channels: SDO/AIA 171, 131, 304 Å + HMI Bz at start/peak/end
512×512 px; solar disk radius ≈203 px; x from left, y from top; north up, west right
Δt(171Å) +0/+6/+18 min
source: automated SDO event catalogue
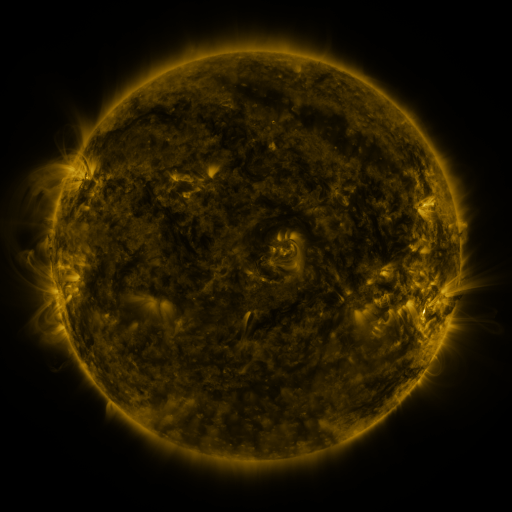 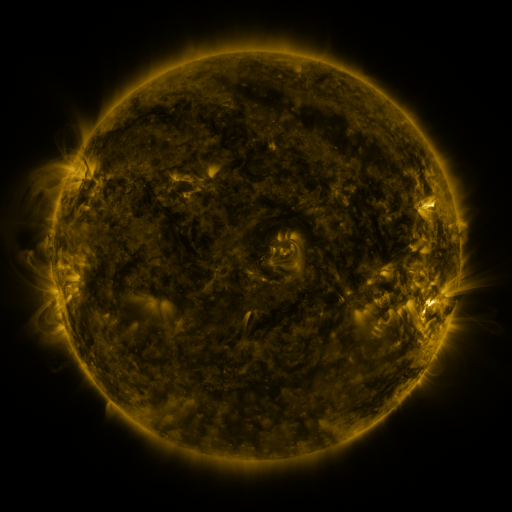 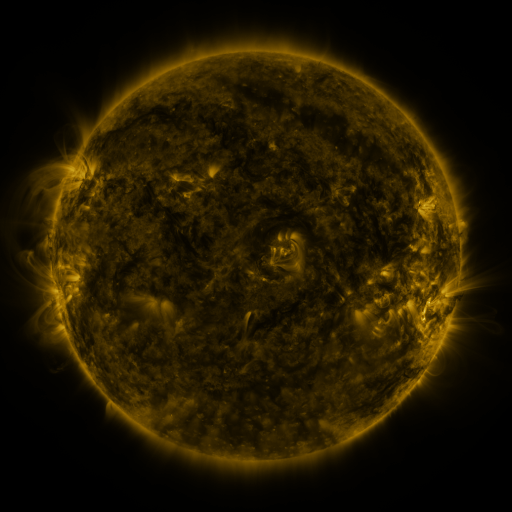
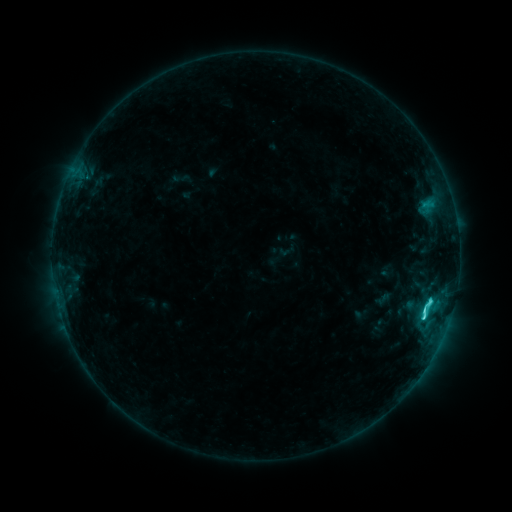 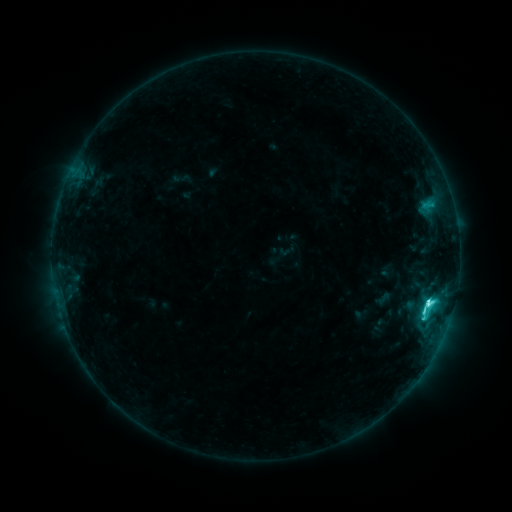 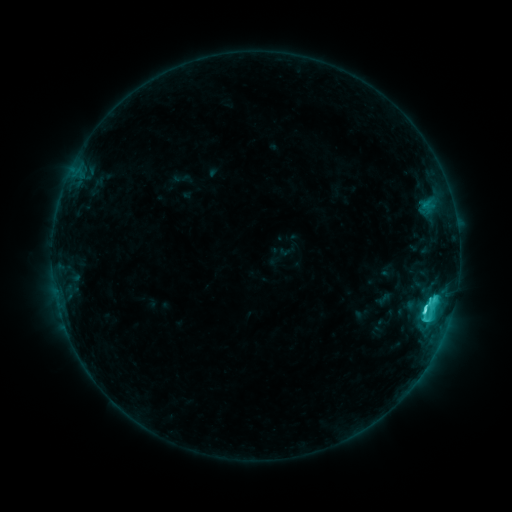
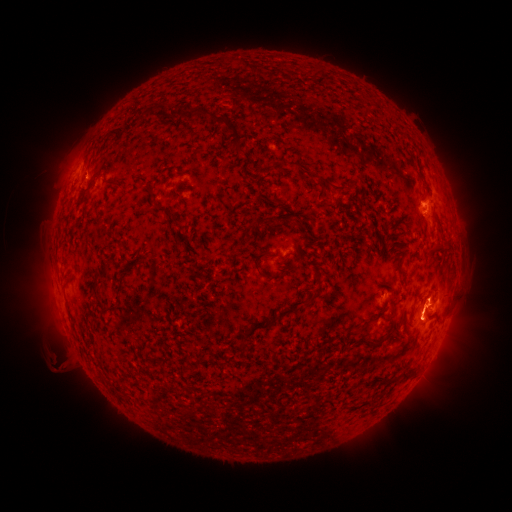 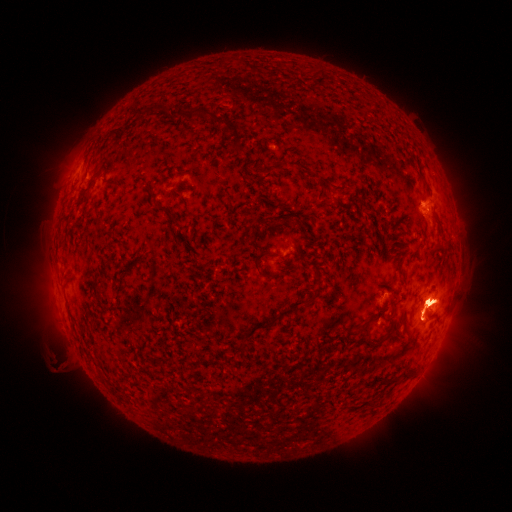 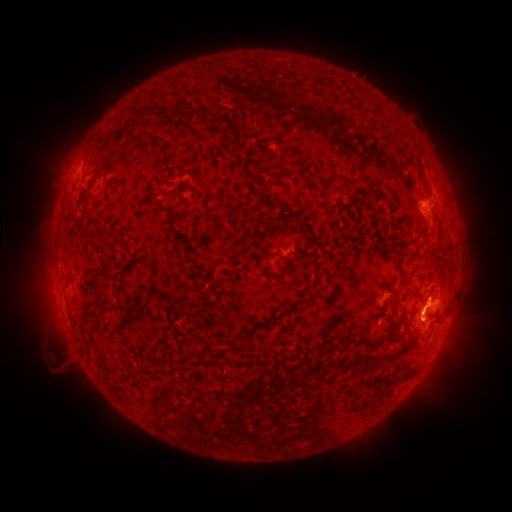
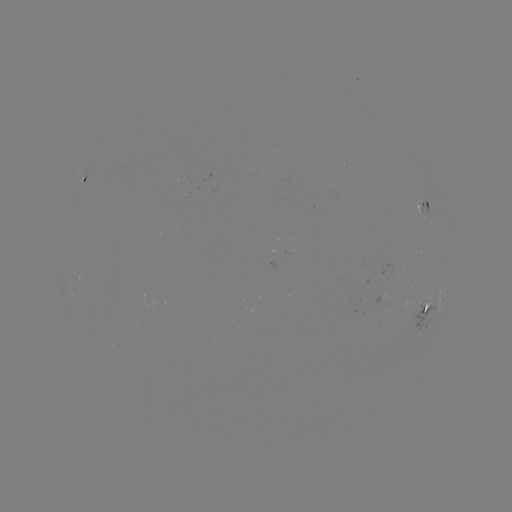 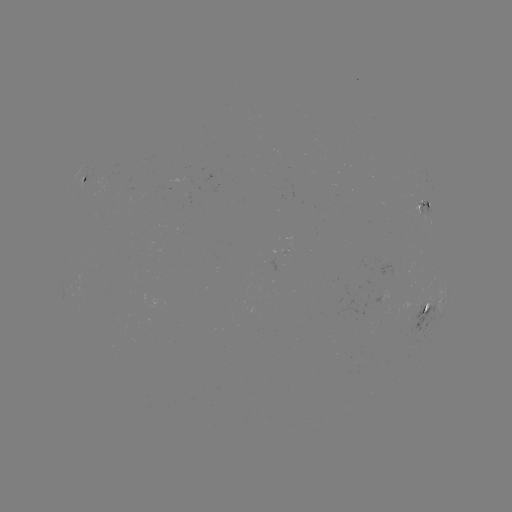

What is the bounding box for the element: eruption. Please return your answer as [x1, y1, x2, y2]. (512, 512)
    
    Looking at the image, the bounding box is [388, 246, 478, 369].